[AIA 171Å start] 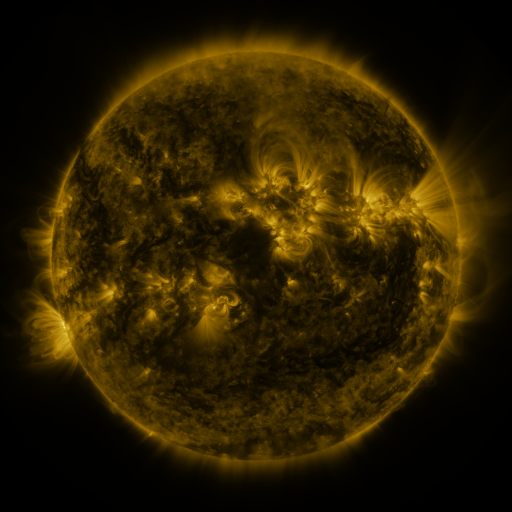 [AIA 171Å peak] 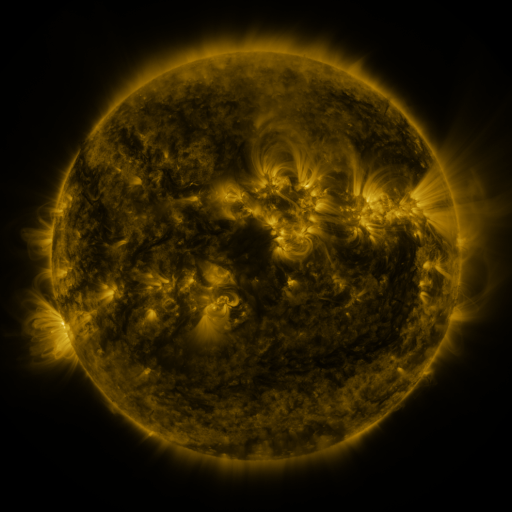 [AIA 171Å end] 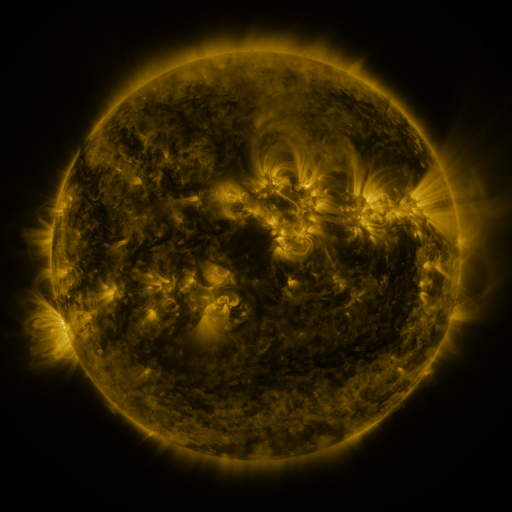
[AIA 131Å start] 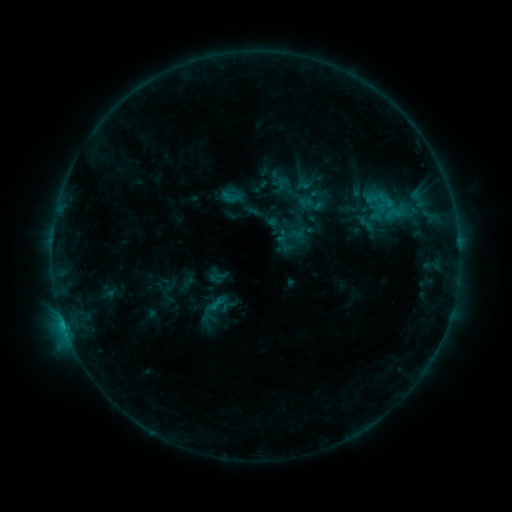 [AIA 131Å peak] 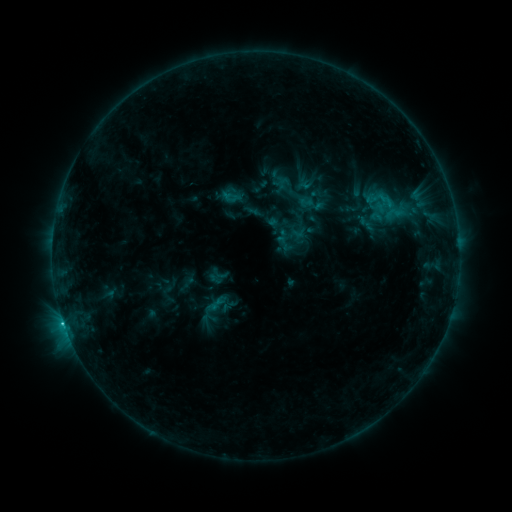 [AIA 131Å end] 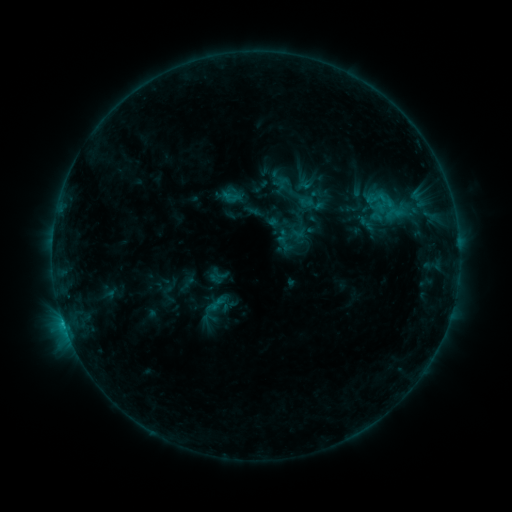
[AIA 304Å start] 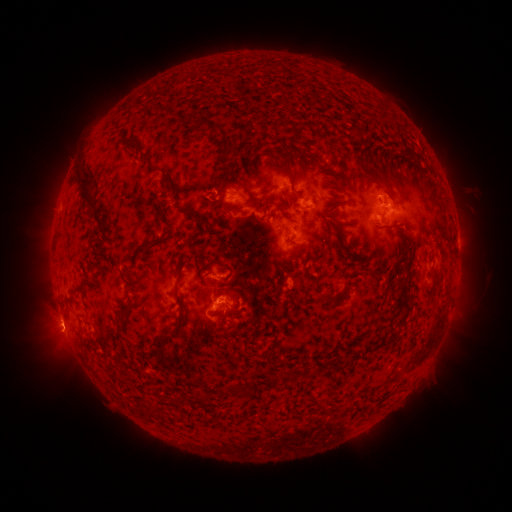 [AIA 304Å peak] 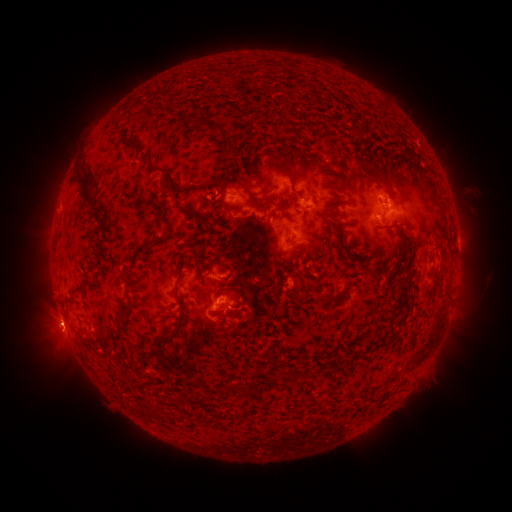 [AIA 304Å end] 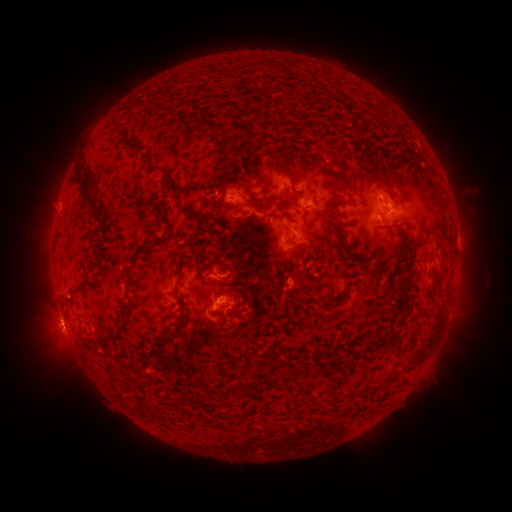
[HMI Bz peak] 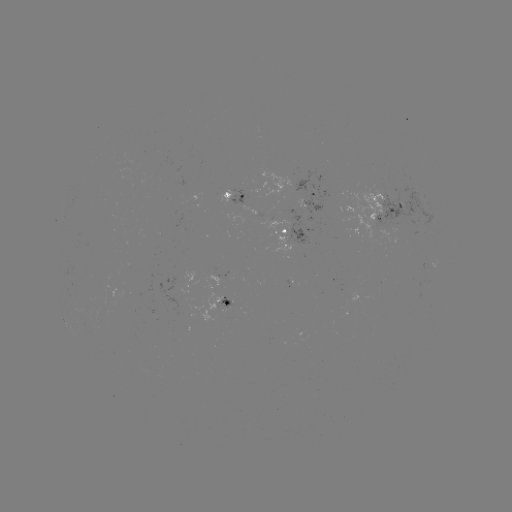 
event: flare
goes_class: C1.2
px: (378, 214)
